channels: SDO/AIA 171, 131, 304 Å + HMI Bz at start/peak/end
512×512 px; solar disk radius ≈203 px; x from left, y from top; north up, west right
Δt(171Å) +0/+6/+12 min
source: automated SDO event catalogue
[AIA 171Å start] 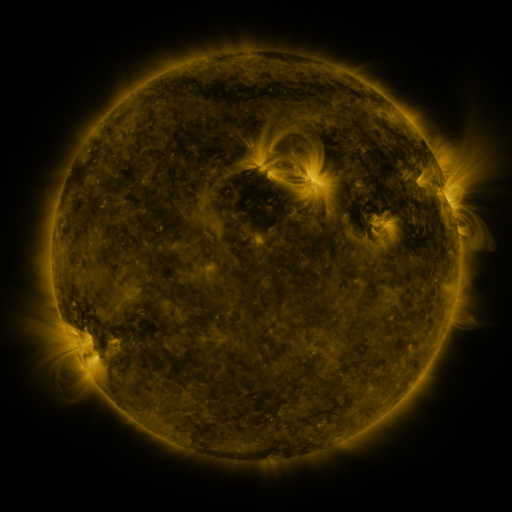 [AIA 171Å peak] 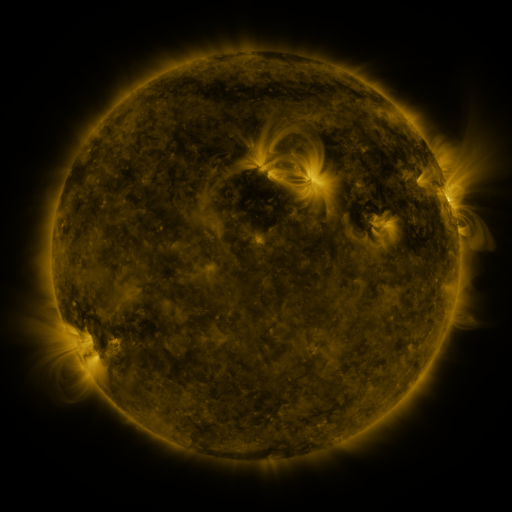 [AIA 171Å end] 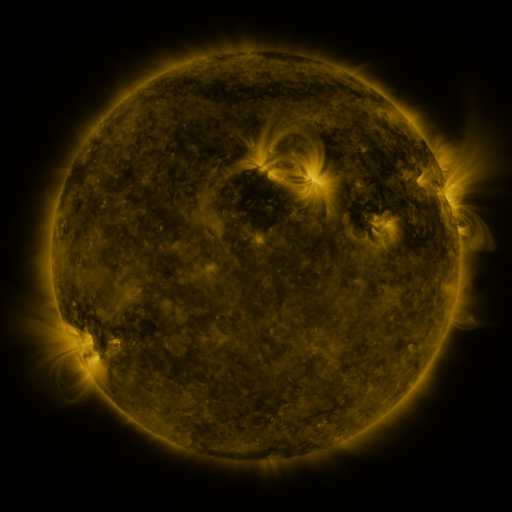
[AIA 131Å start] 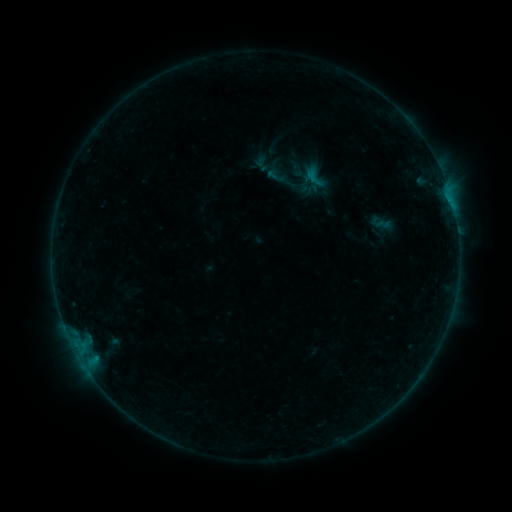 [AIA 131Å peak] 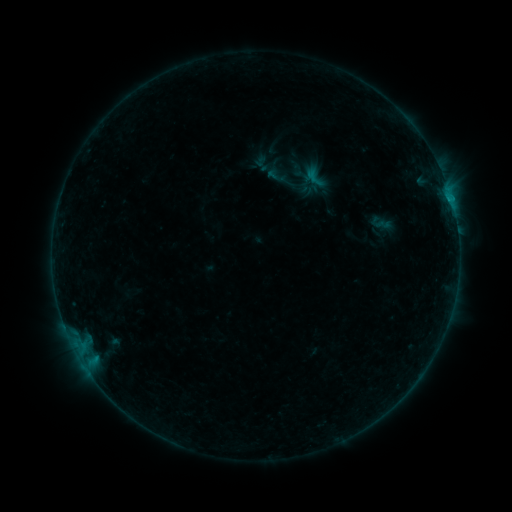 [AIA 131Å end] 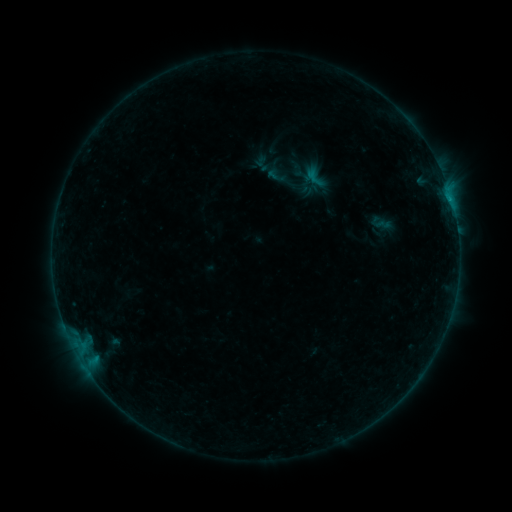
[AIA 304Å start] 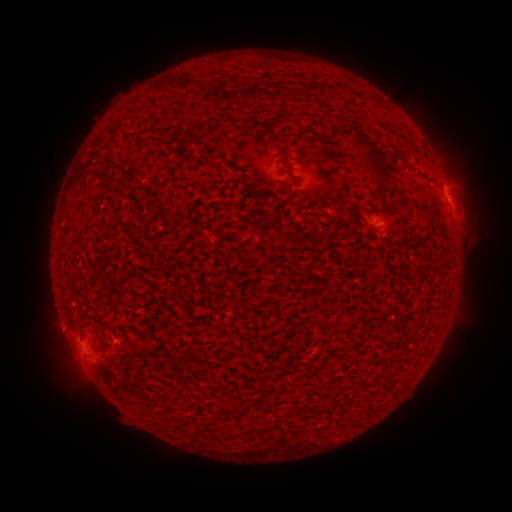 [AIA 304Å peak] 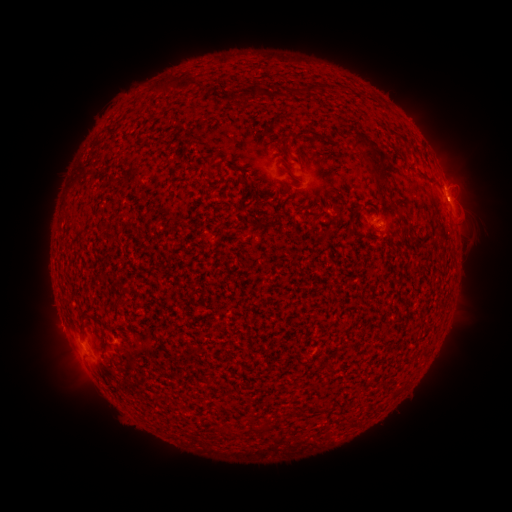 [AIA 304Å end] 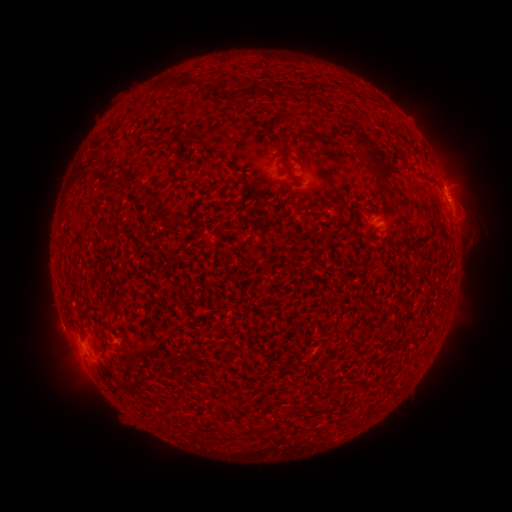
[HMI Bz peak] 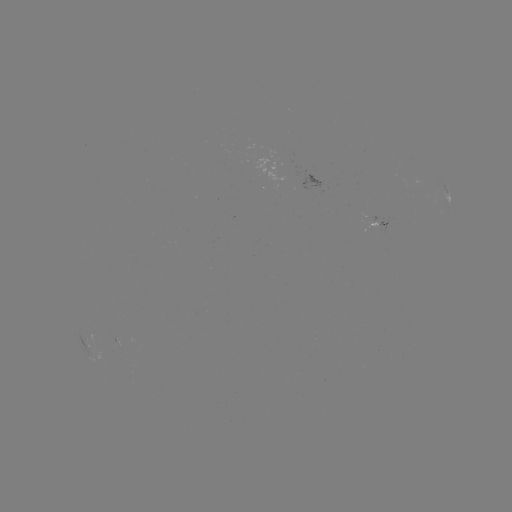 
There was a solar flare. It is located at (447, 200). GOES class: B3.9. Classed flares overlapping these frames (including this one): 1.